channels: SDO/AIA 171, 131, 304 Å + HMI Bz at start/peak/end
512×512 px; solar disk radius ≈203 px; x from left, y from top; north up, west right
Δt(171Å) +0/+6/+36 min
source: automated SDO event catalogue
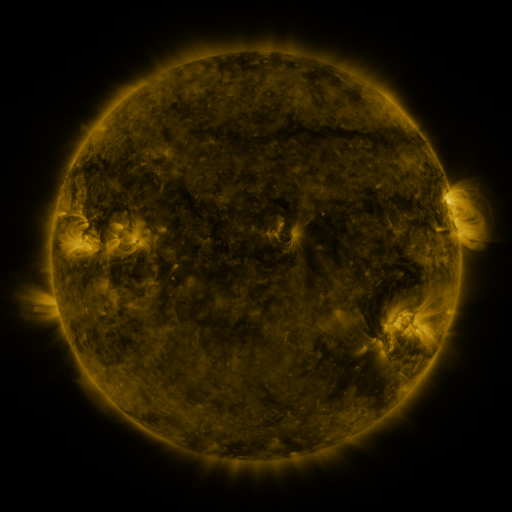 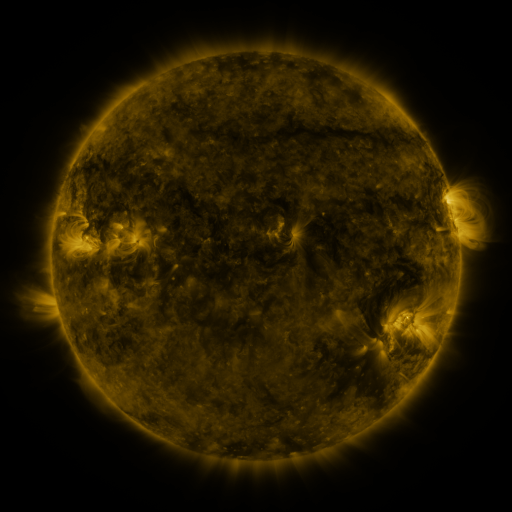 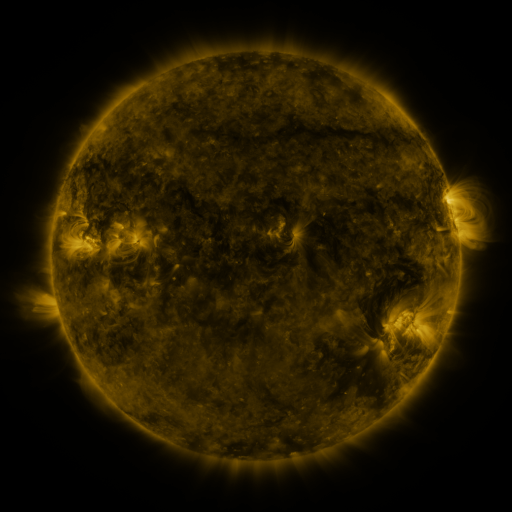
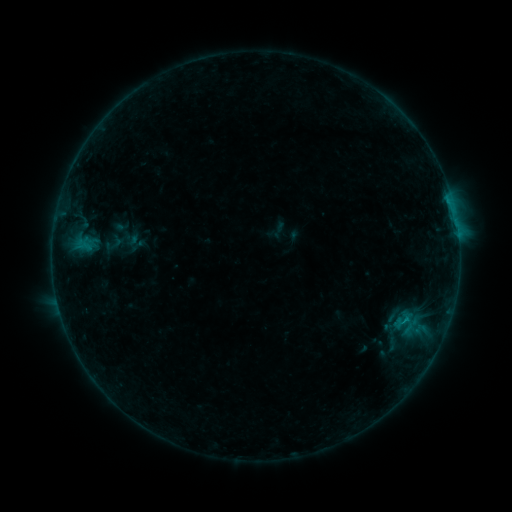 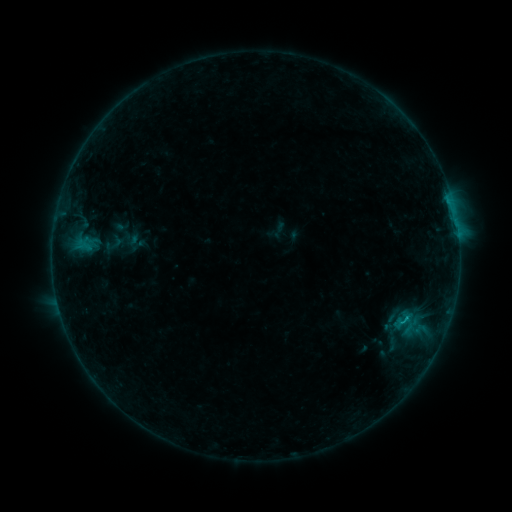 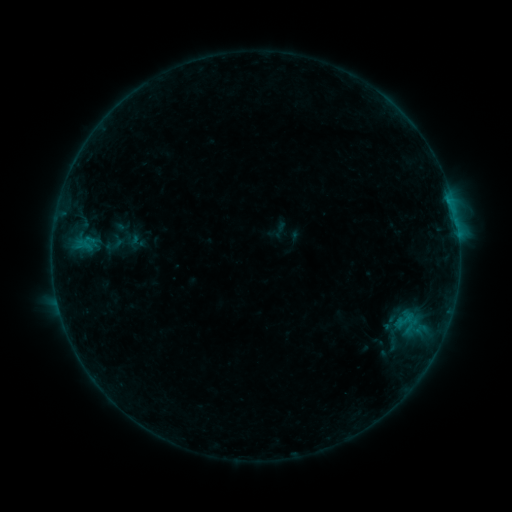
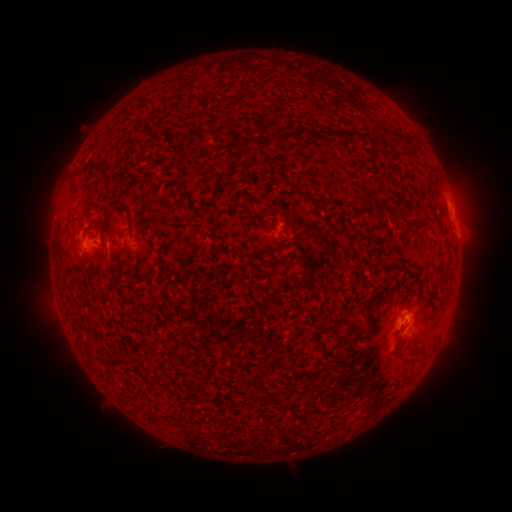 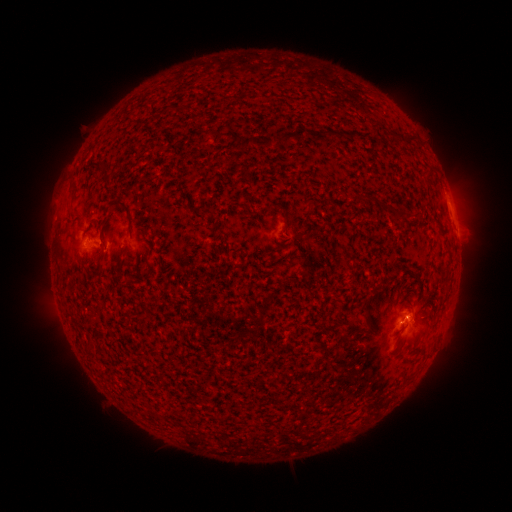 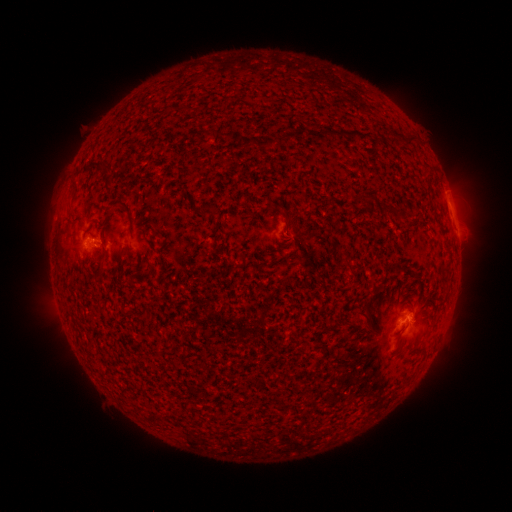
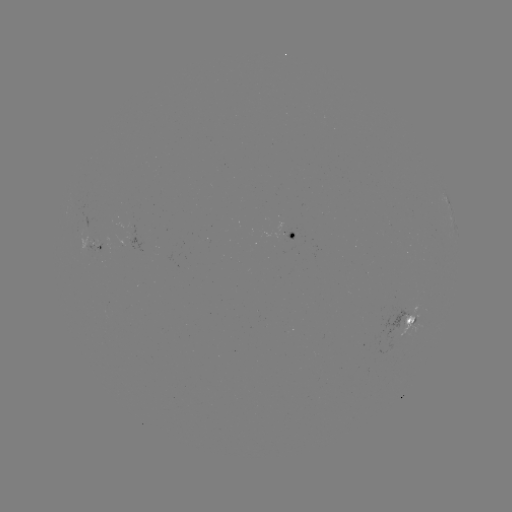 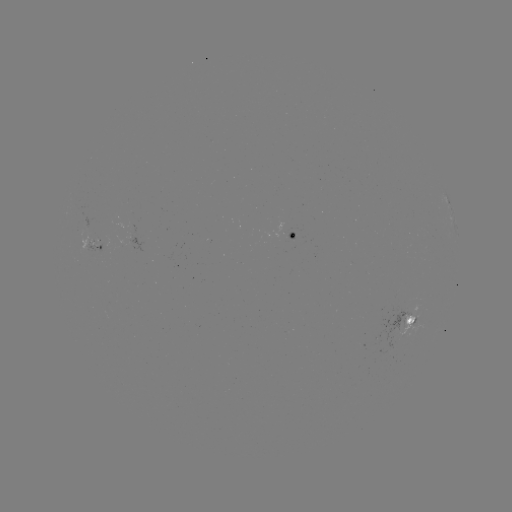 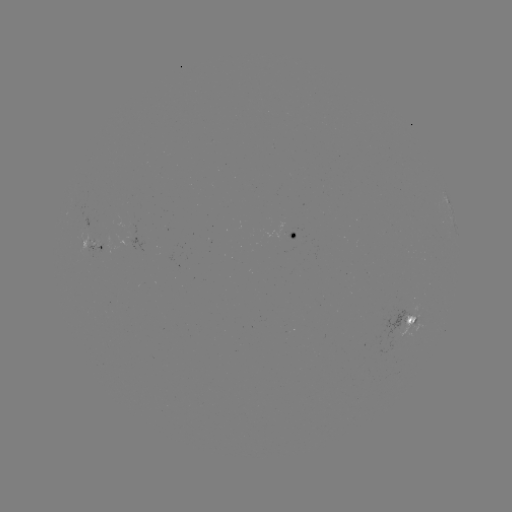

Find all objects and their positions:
B8.6 flare: (405, 318)
